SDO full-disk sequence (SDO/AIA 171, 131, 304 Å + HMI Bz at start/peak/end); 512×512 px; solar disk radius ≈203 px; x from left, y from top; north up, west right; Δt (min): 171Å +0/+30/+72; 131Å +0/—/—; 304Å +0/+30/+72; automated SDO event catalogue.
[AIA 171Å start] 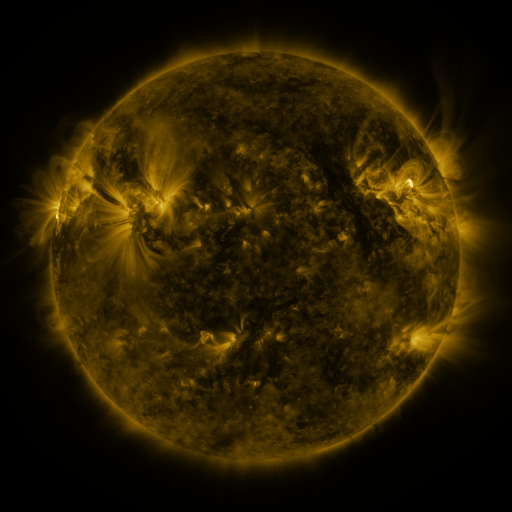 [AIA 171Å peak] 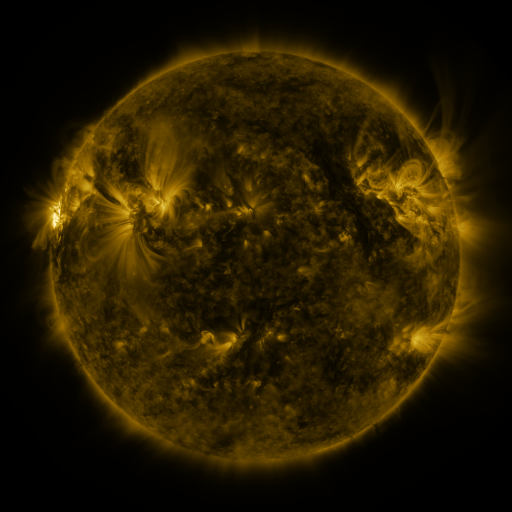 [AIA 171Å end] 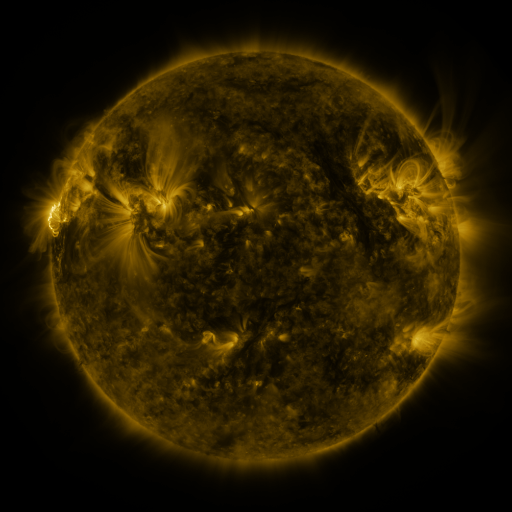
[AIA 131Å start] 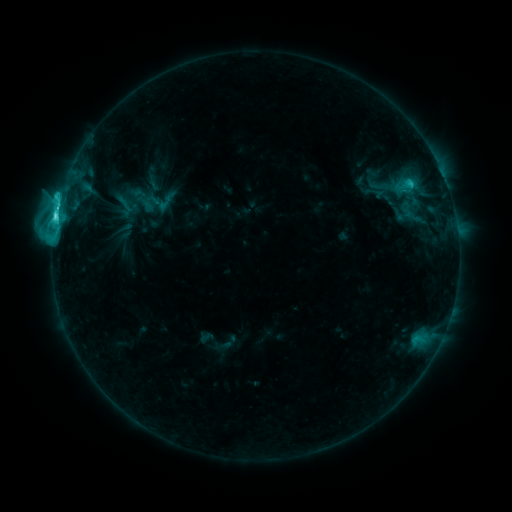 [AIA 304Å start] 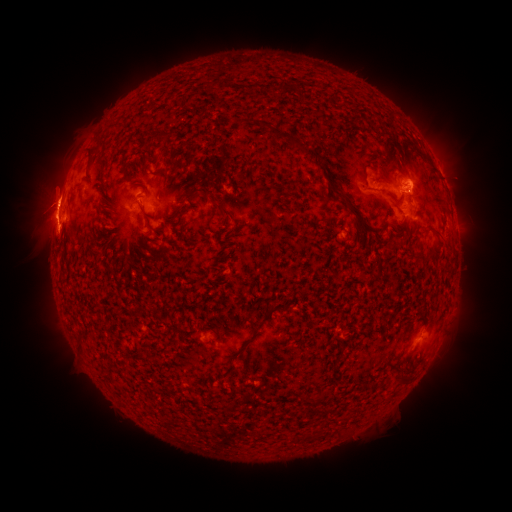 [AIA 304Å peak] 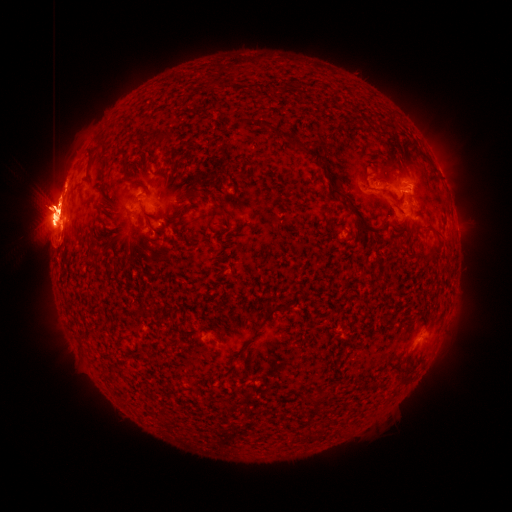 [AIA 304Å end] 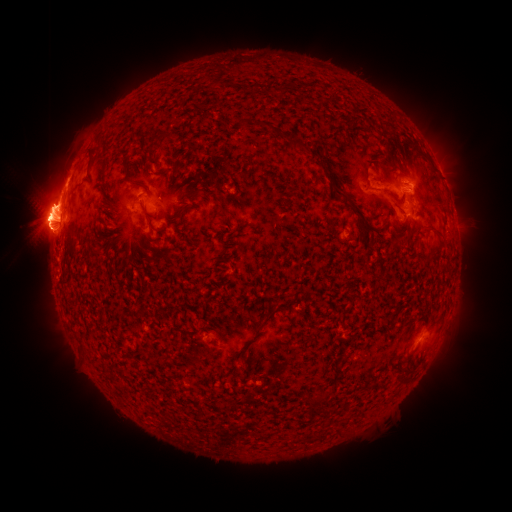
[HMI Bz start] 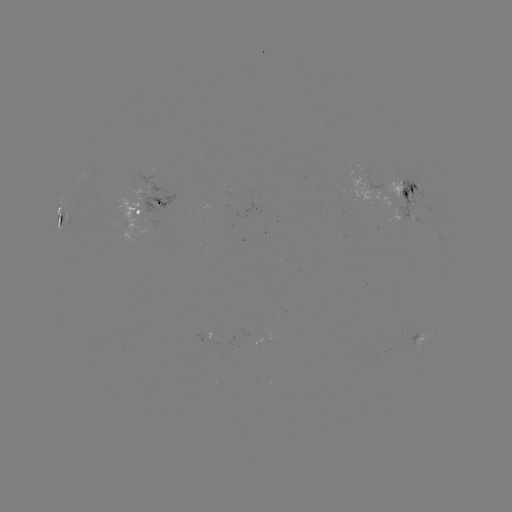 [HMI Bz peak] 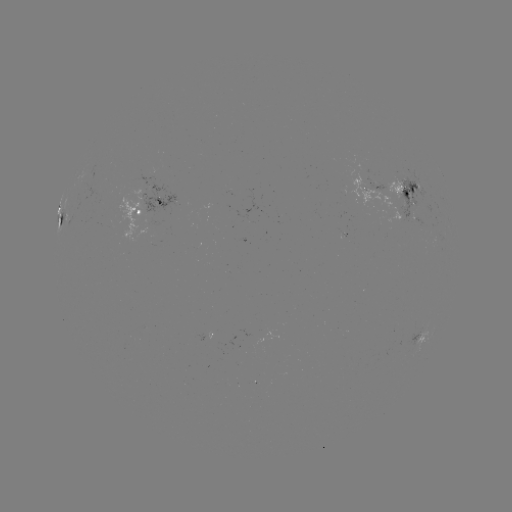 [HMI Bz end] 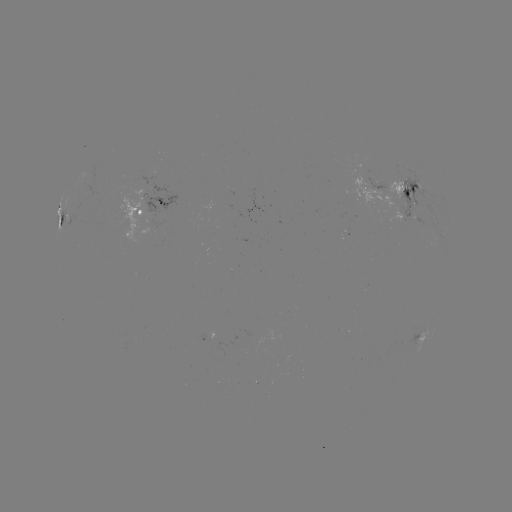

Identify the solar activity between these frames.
X1.4 flare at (55, 224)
